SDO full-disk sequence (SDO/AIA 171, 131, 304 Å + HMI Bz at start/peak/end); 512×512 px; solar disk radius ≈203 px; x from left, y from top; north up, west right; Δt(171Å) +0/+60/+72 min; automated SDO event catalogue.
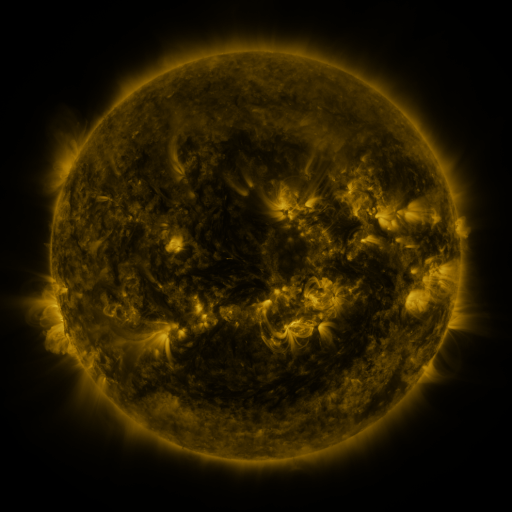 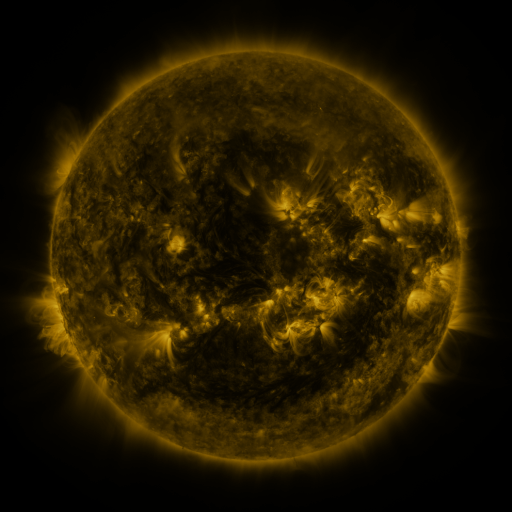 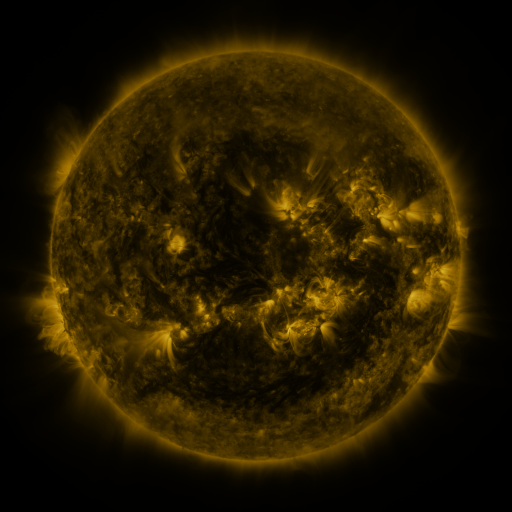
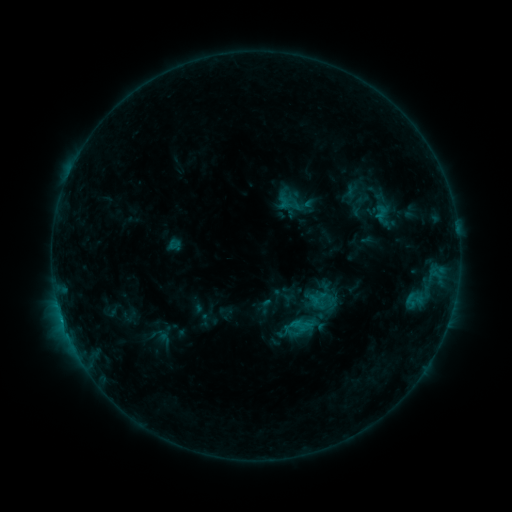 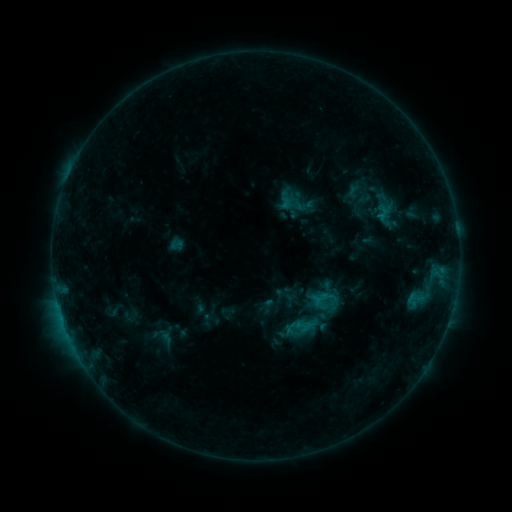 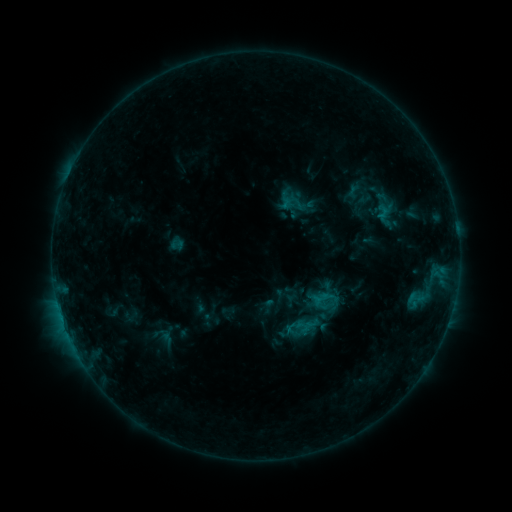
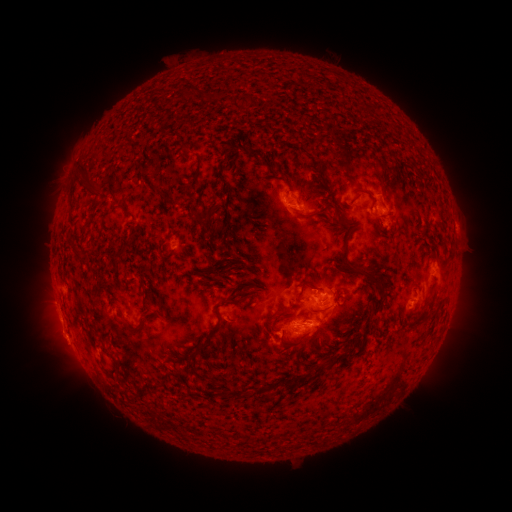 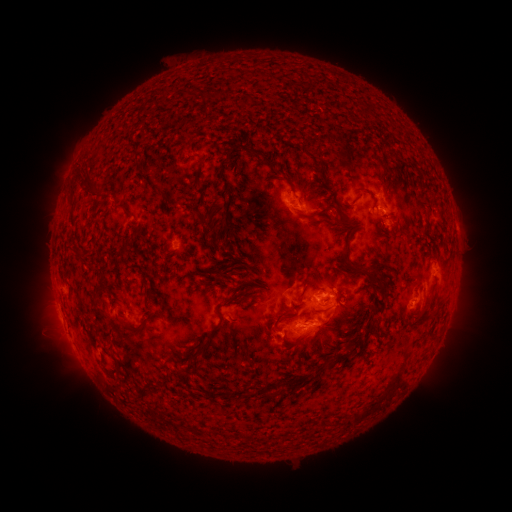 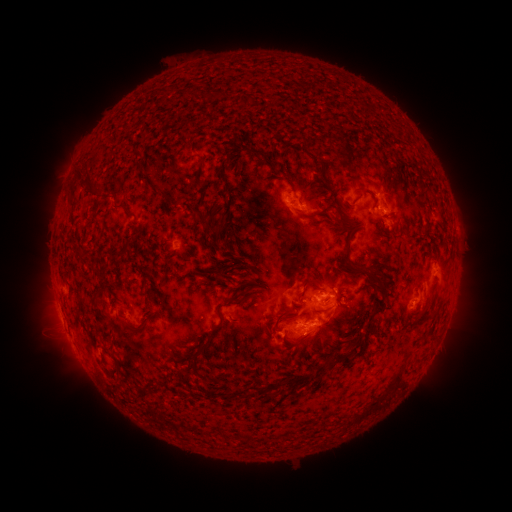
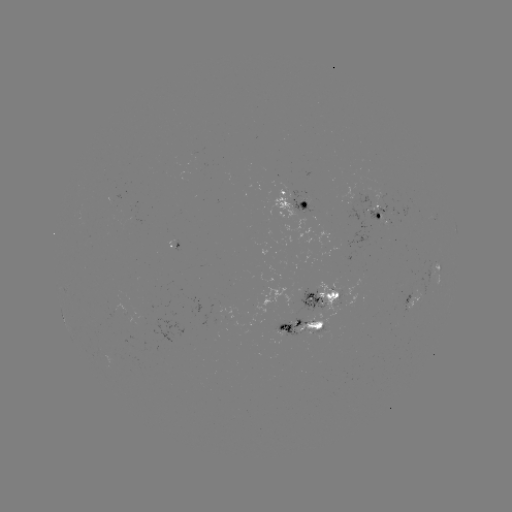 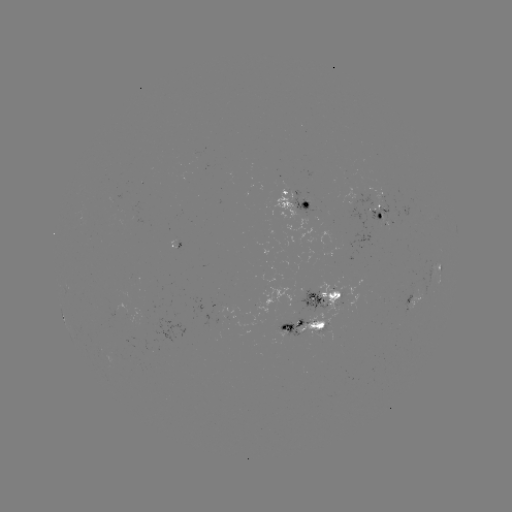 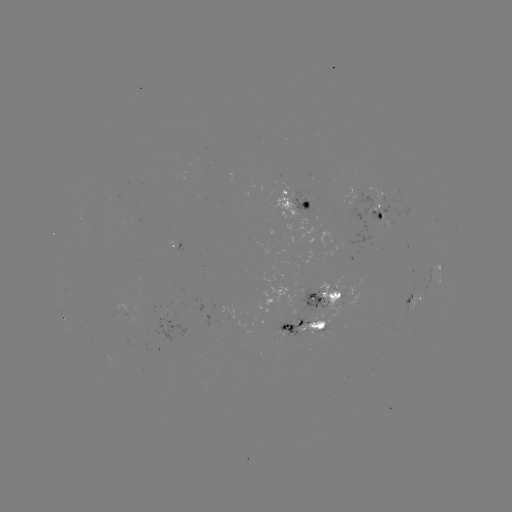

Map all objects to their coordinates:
emerging-flux region: (381, 211)
